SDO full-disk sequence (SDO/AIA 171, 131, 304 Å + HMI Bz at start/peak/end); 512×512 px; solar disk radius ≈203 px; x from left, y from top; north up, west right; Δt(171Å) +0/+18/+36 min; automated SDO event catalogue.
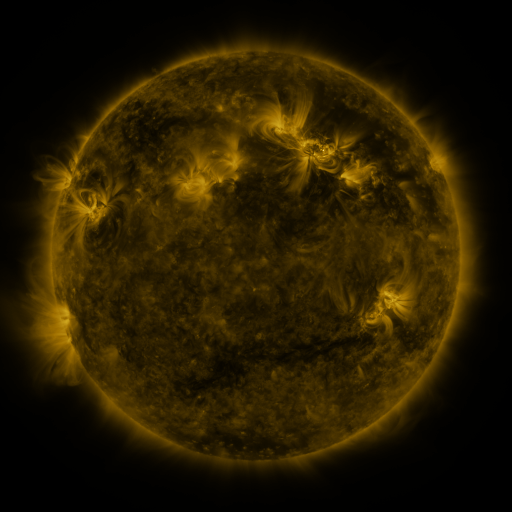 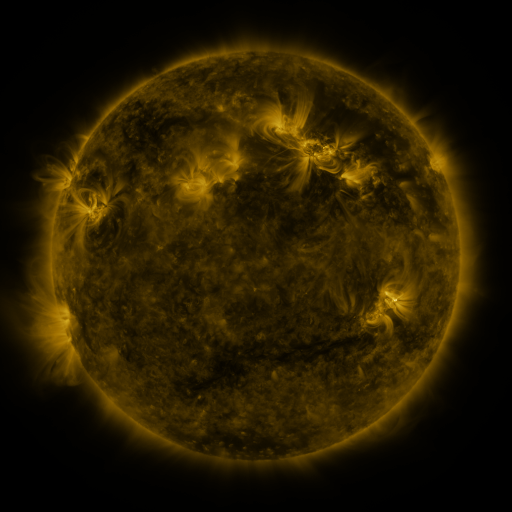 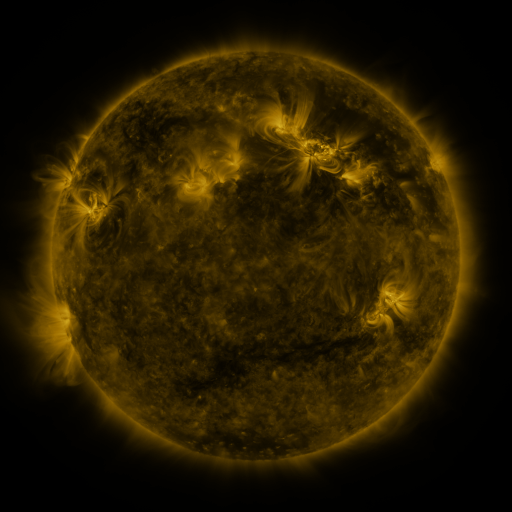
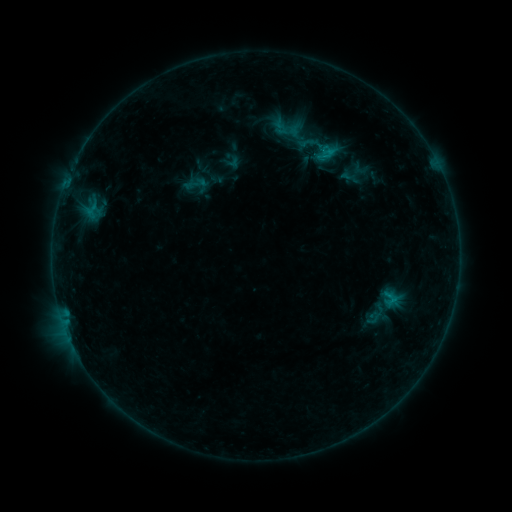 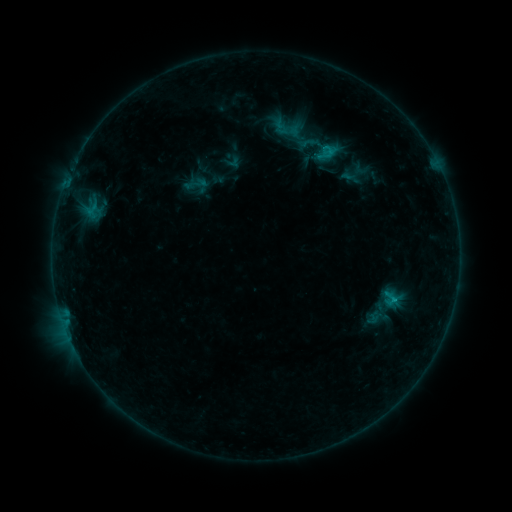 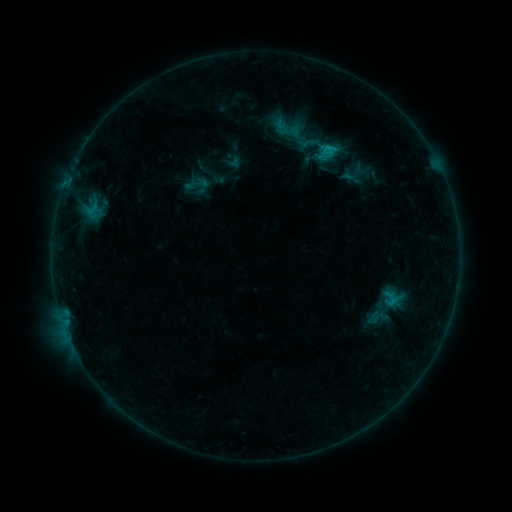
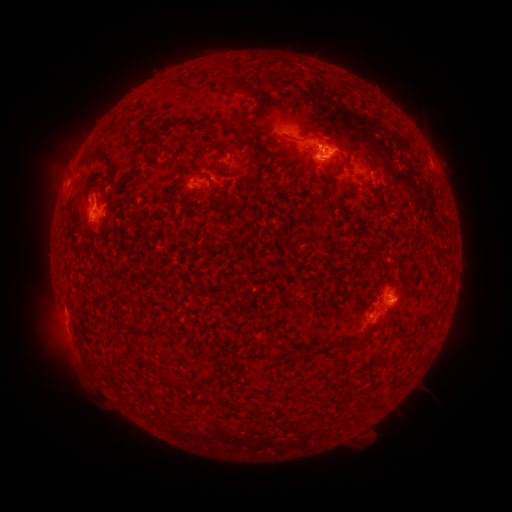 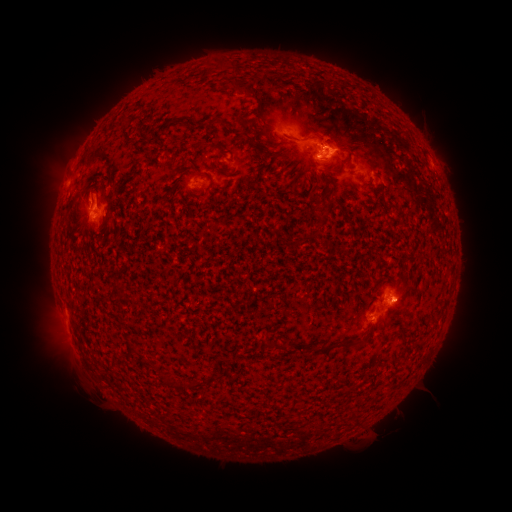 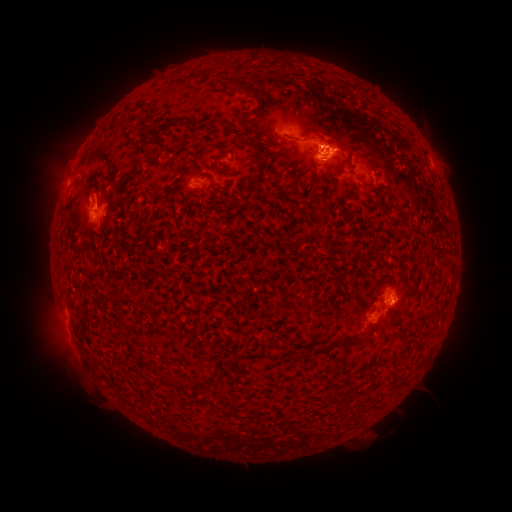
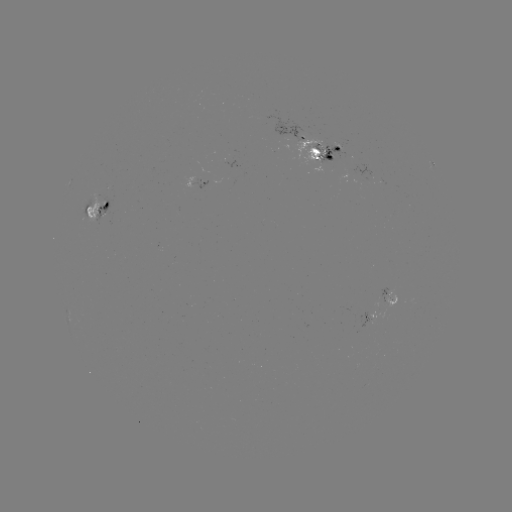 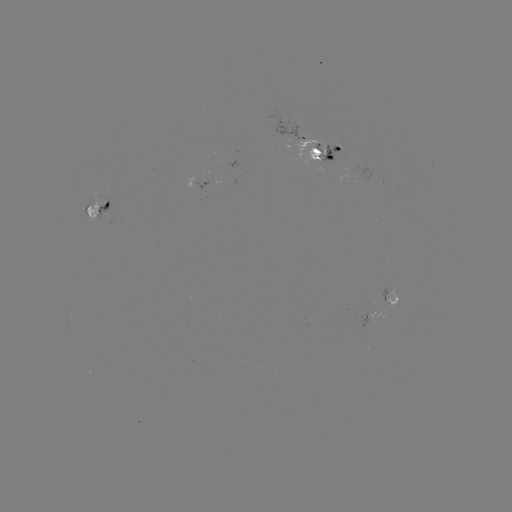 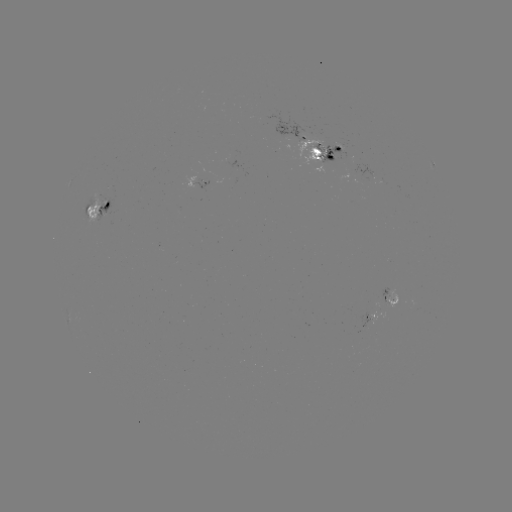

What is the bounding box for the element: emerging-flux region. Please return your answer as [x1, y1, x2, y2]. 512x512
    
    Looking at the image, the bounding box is [95, 199, 110, 223].